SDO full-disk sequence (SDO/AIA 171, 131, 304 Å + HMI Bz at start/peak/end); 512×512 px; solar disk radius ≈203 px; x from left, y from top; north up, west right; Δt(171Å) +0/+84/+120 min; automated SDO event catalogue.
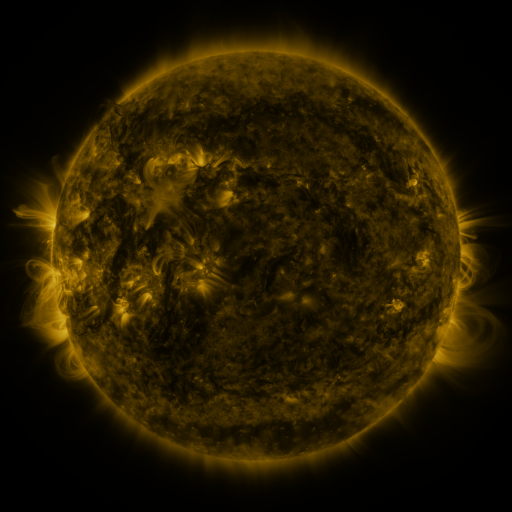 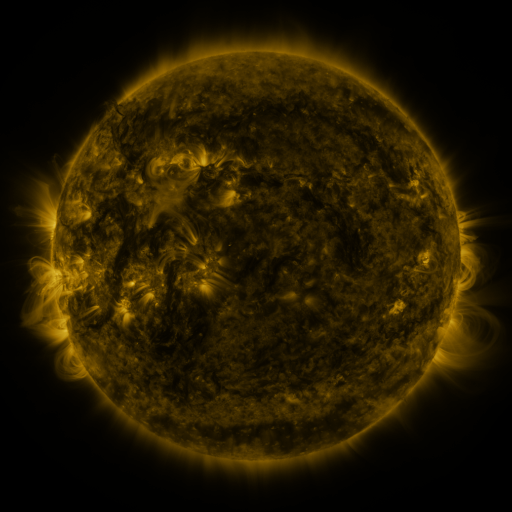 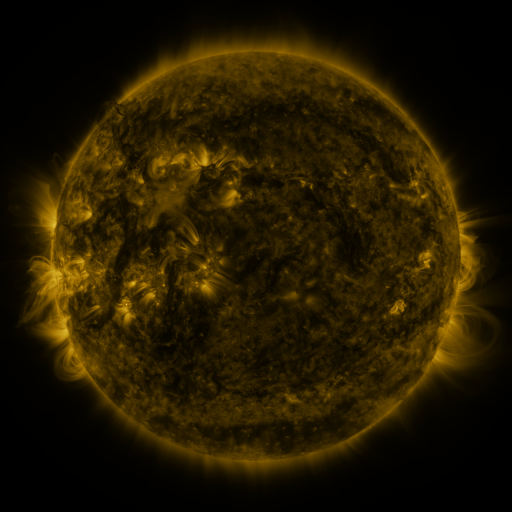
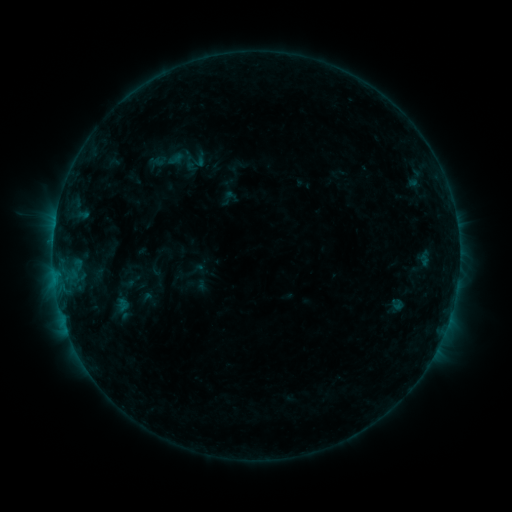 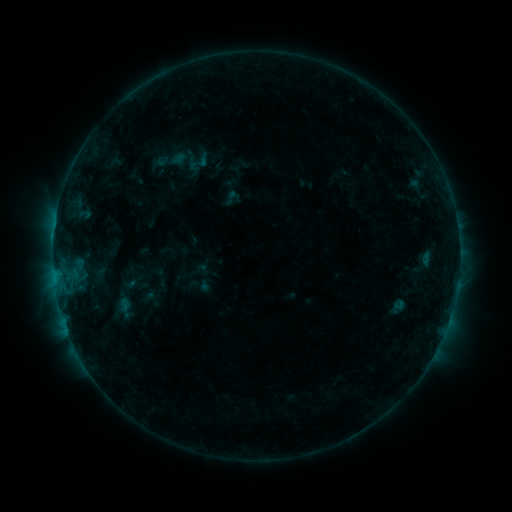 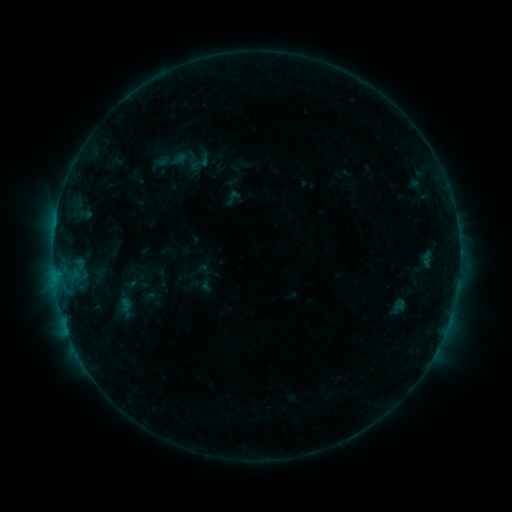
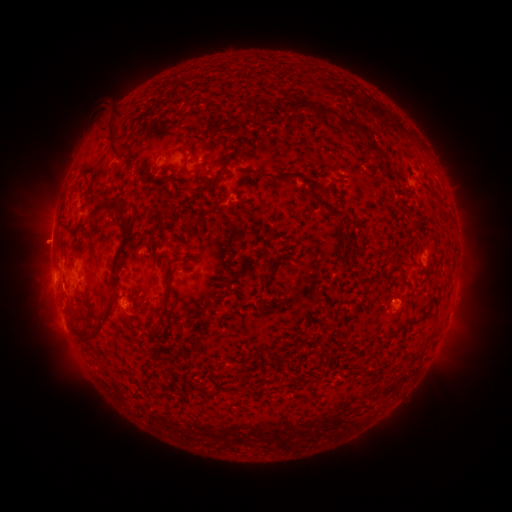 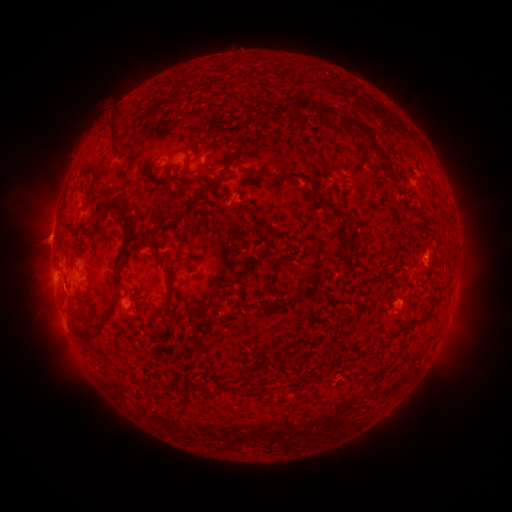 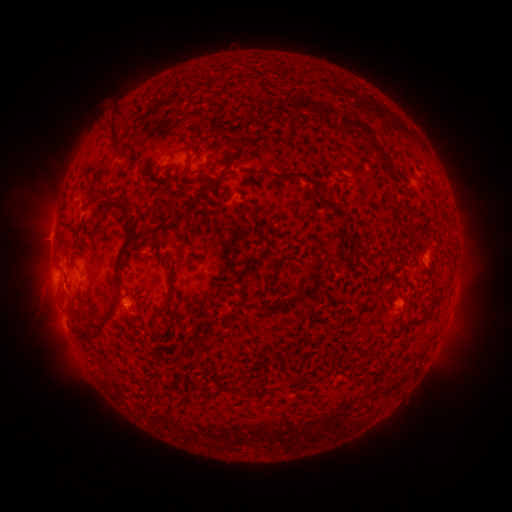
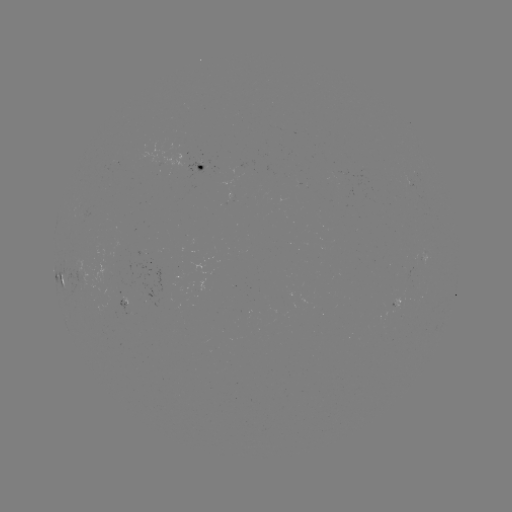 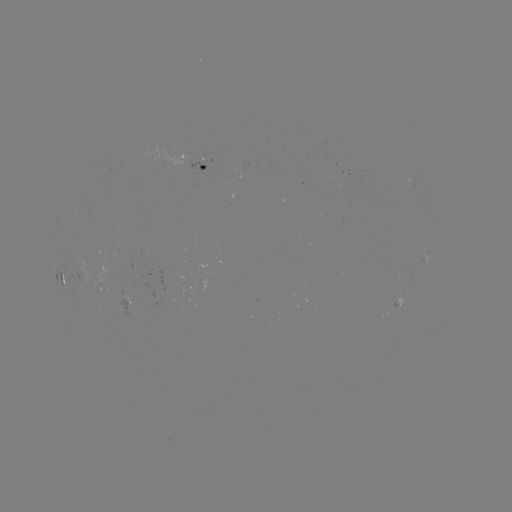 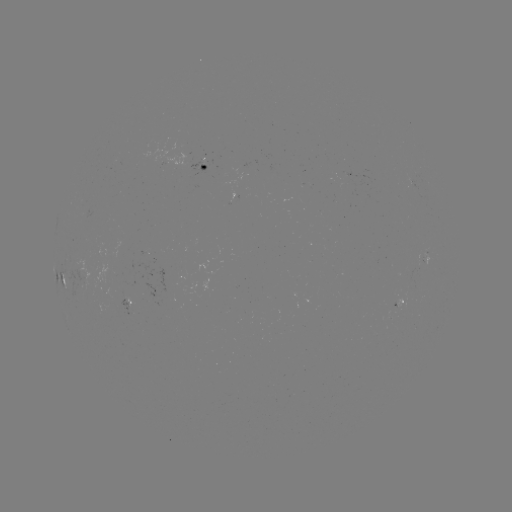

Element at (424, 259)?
emerging-flux region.